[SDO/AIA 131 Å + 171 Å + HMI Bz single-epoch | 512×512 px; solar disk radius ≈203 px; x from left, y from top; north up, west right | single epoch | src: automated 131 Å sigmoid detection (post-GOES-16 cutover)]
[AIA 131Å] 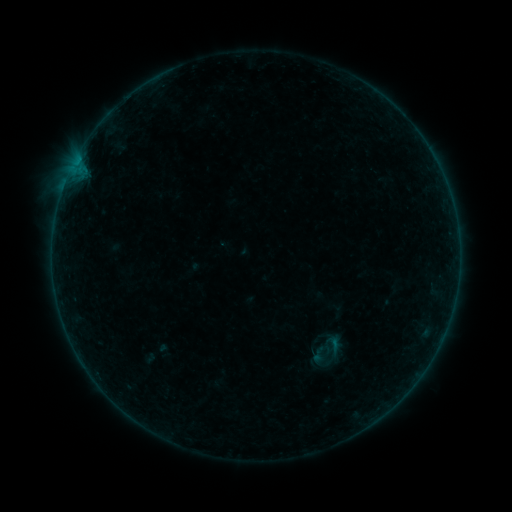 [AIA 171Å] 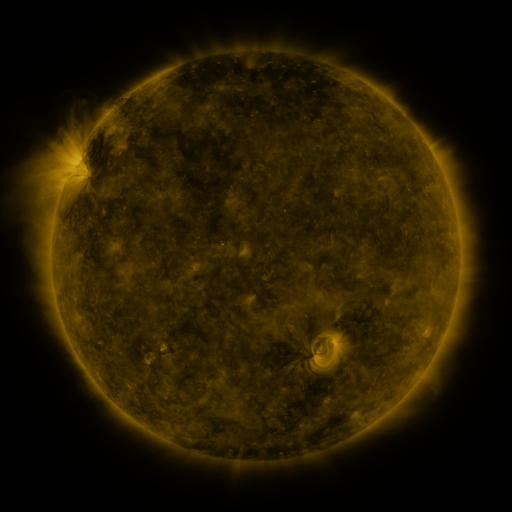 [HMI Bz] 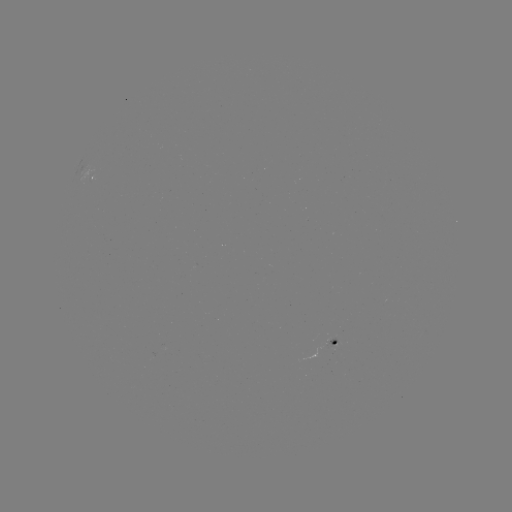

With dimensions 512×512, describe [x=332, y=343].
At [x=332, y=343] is sigmoid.